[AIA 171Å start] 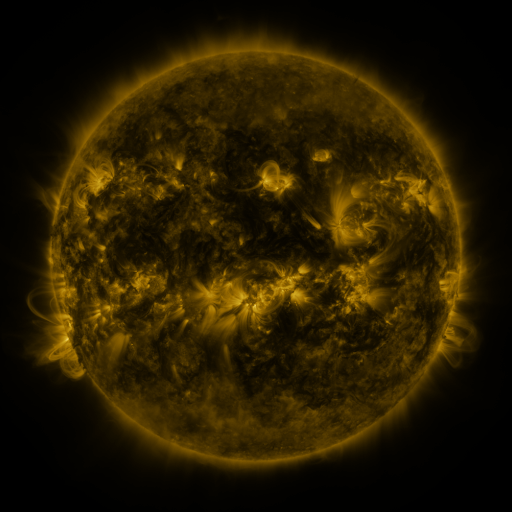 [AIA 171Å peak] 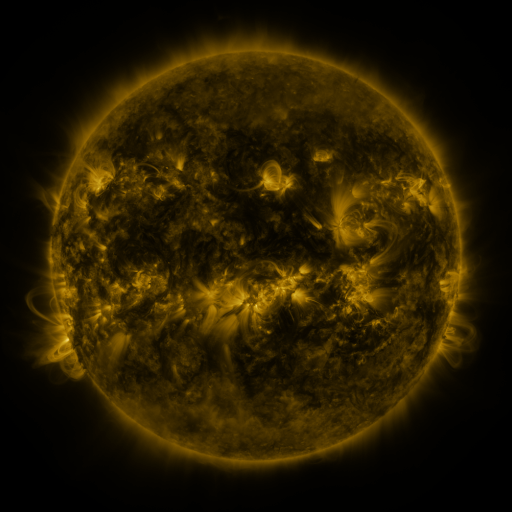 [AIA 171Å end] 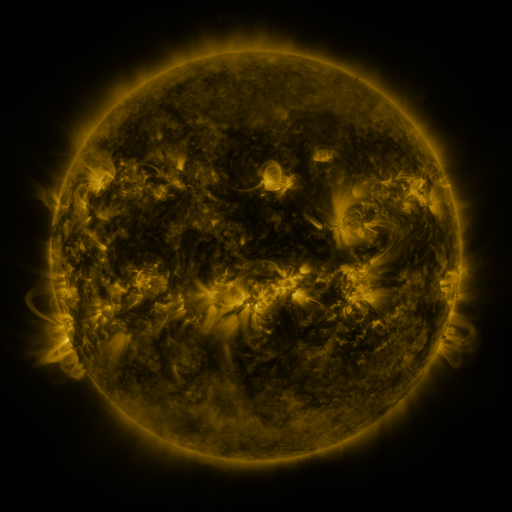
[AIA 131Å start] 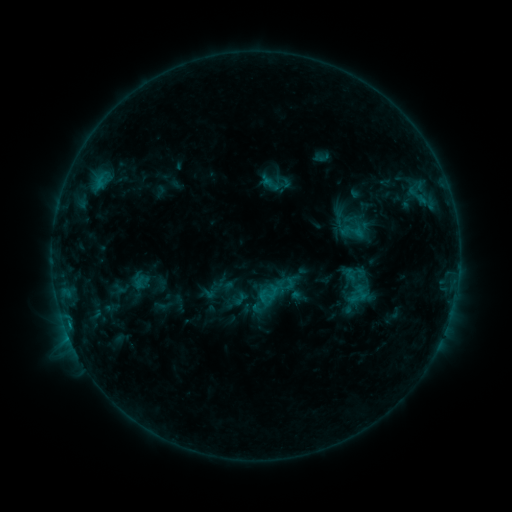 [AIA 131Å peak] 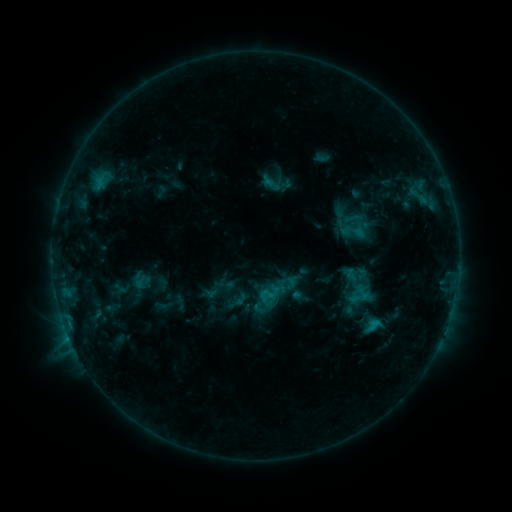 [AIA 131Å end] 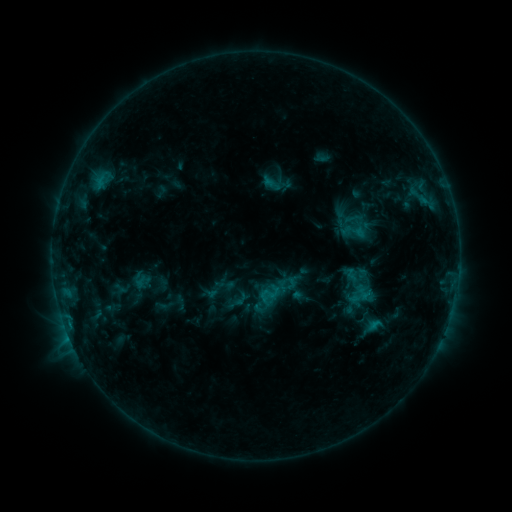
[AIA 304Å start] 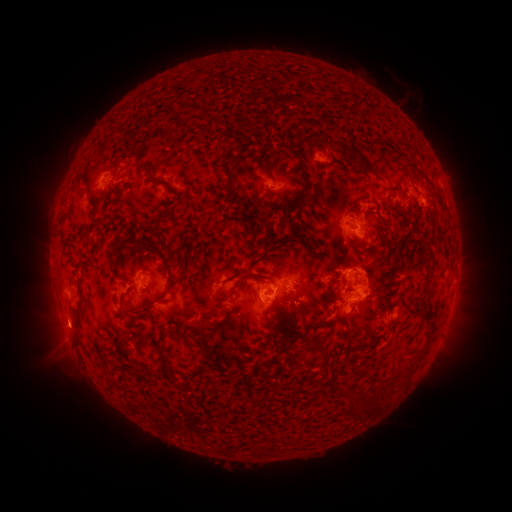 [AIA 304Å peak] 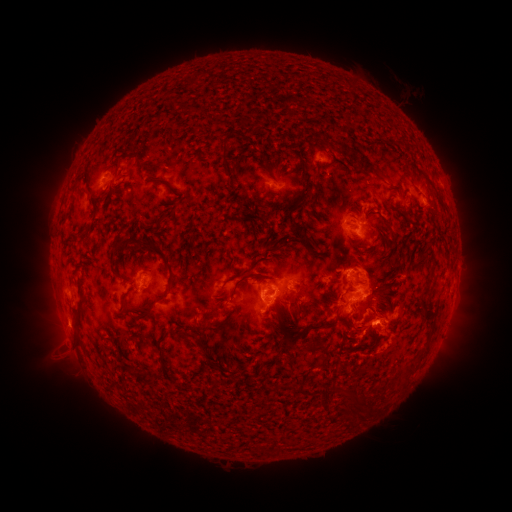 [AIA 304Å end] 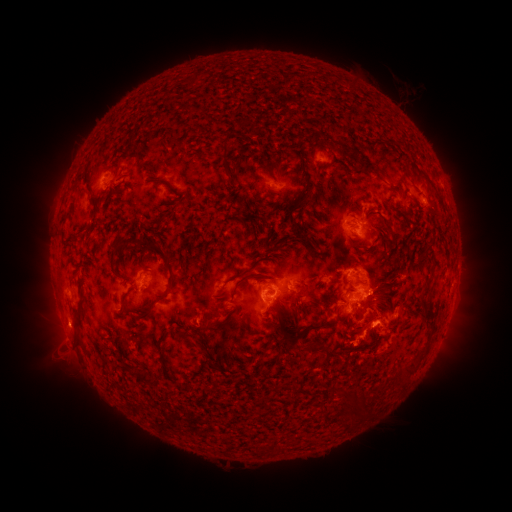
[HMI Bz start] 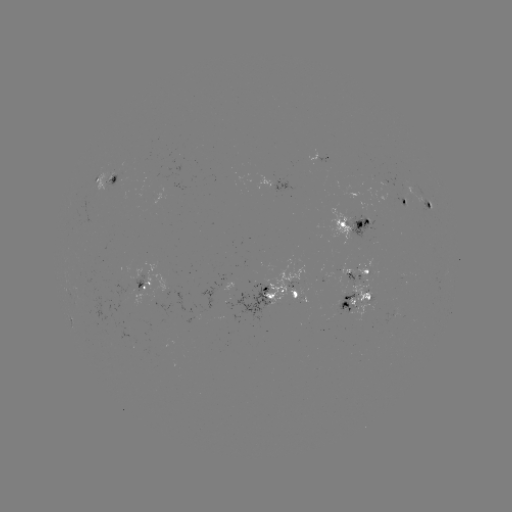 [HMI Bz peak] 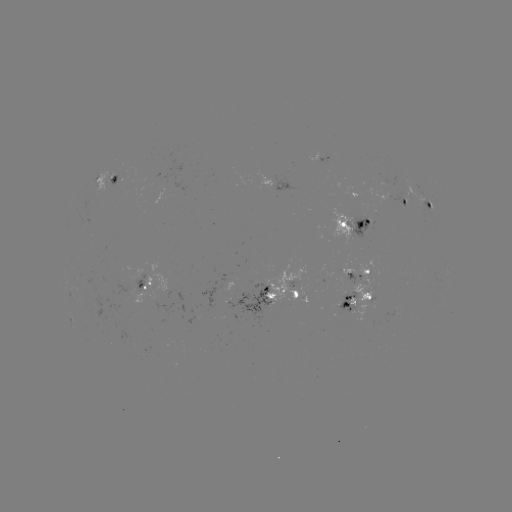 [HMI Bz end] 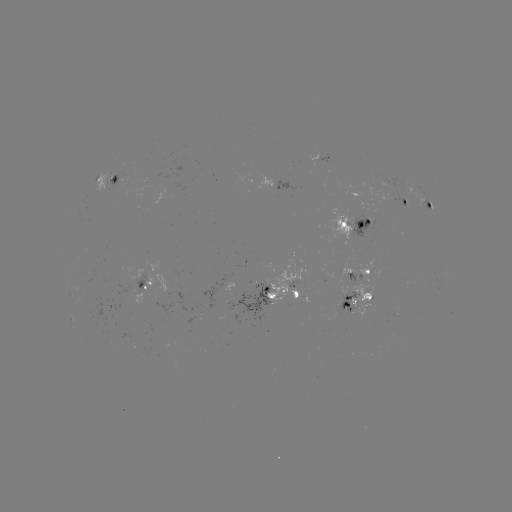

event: flare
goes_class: C1.6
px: (374, 321)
